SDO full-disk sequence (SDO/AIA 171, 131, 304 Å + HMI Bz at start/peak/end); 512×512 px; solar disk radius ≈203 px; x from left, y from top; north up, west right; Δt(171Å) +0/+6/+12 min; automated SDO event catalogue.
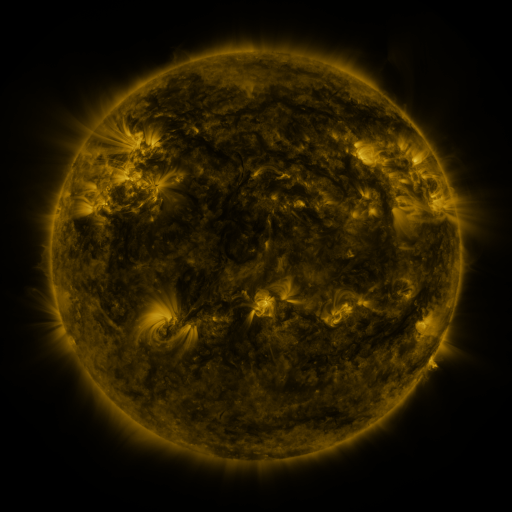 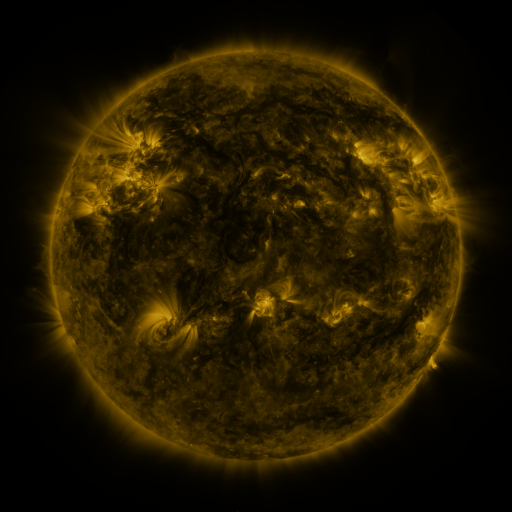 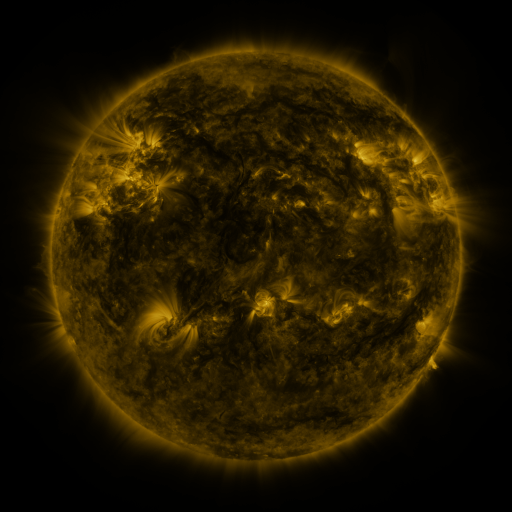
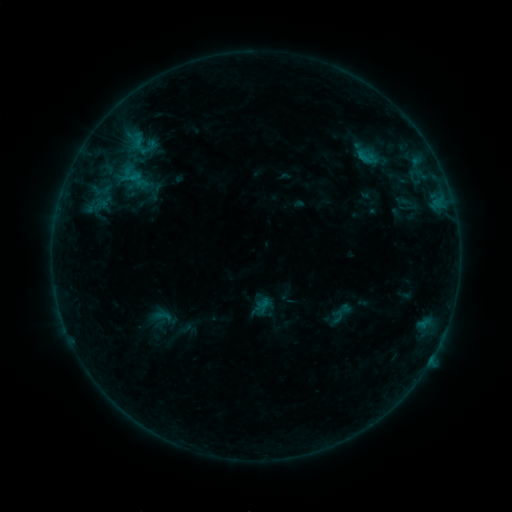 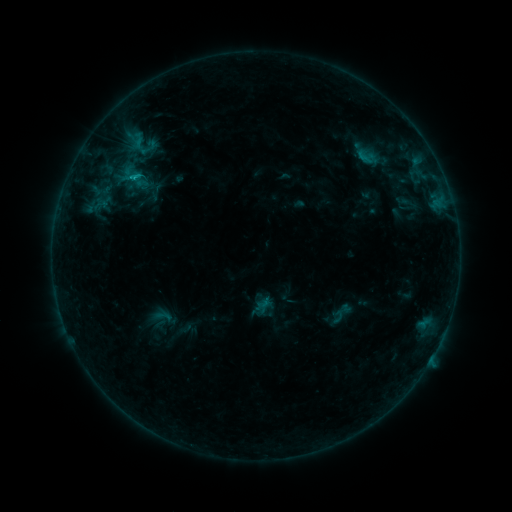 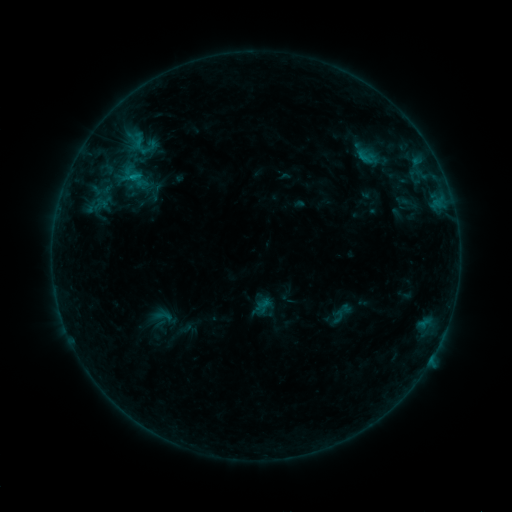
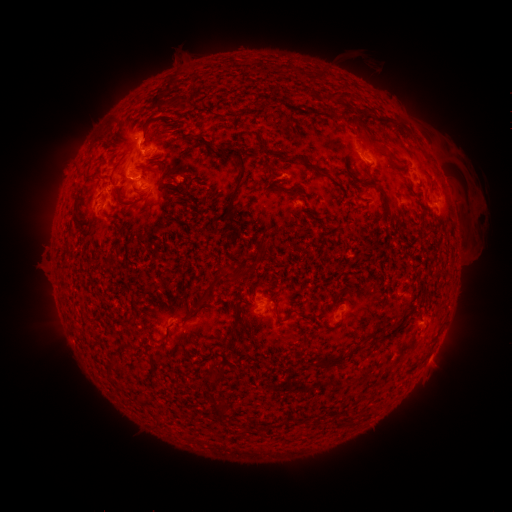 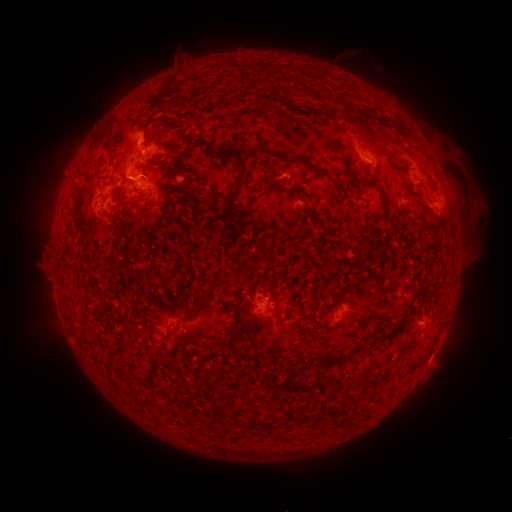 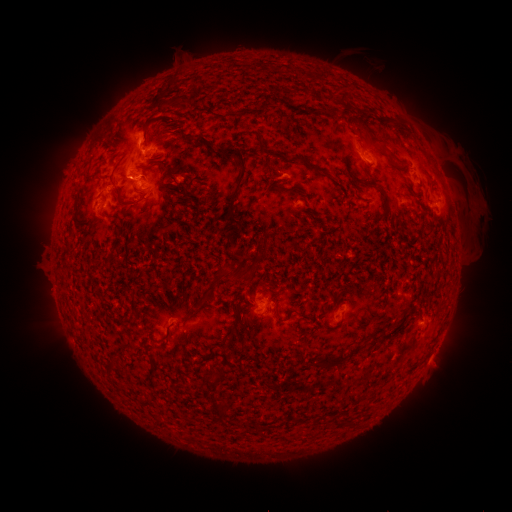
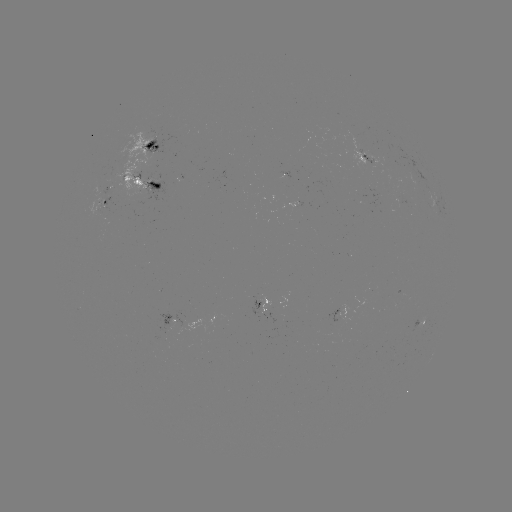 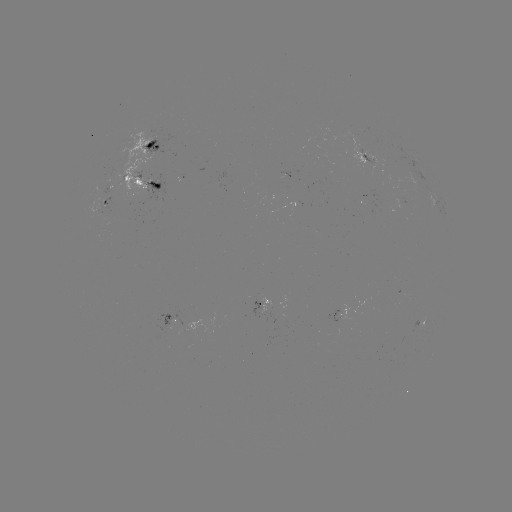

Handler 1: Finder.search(B9.7 flare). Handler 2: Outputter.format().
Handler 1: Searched B9.7 flare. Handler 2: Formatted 136,180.